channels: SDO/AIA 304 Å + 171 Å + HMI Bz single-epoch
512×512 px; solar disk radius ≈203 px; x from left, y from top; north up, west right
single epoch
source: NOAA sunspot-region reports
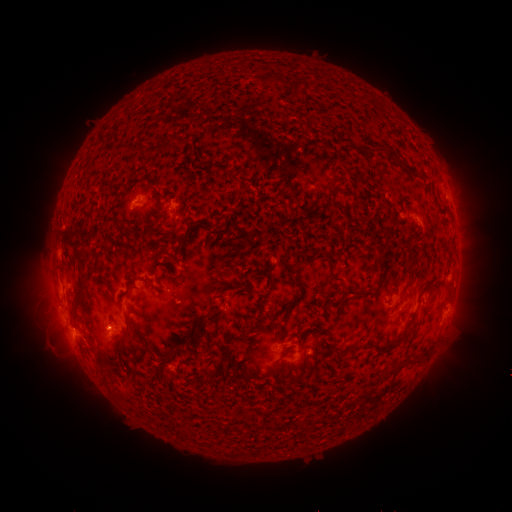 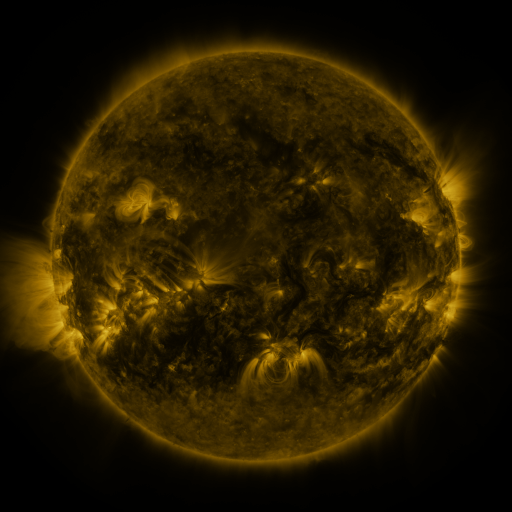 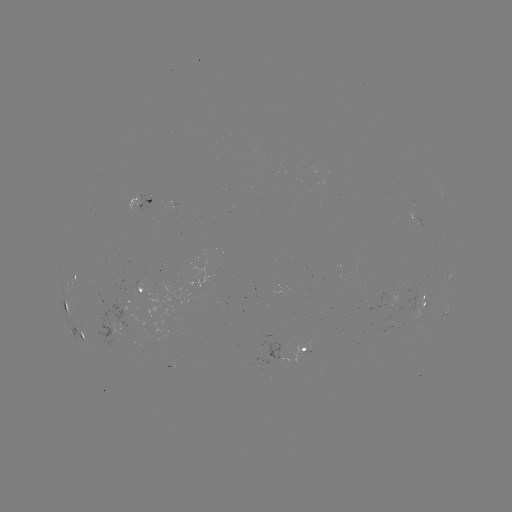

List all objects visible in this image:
spotted active region: (138, 199)
spotted active region: (414, 217)
spotted active region: (76, 276)
spotted active region: (139, 291)
spotted active region: (428, 300)
spotted active region: (63, 301)
spotted active region: (446, 312)
spotted active region: (84, 335)
spotted active region: (303, 349)
